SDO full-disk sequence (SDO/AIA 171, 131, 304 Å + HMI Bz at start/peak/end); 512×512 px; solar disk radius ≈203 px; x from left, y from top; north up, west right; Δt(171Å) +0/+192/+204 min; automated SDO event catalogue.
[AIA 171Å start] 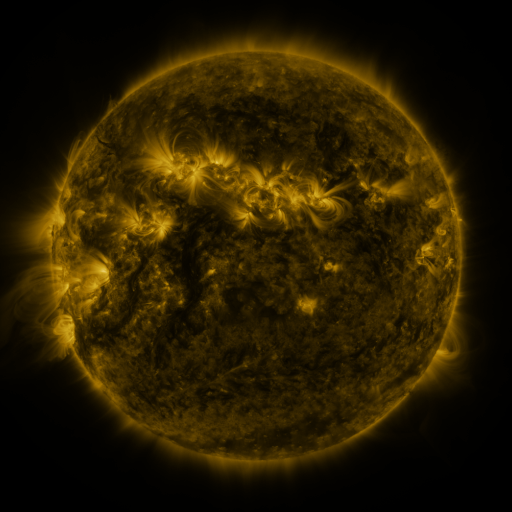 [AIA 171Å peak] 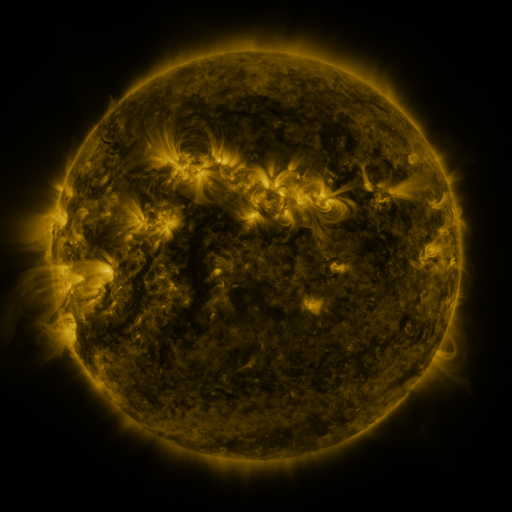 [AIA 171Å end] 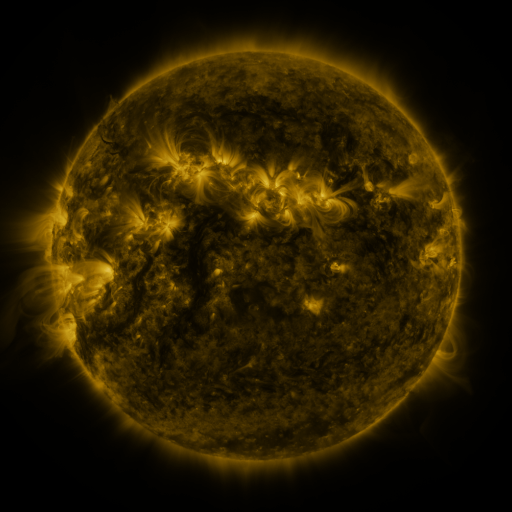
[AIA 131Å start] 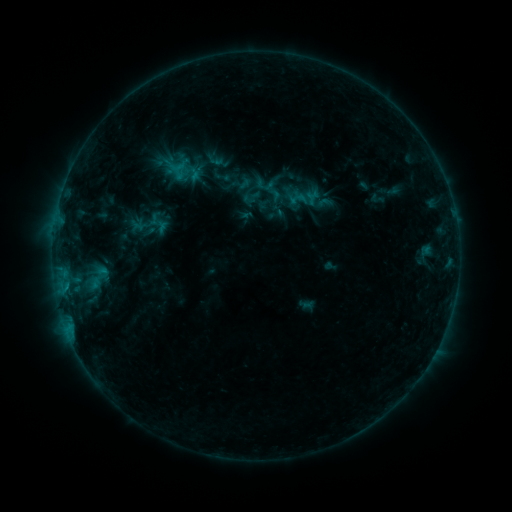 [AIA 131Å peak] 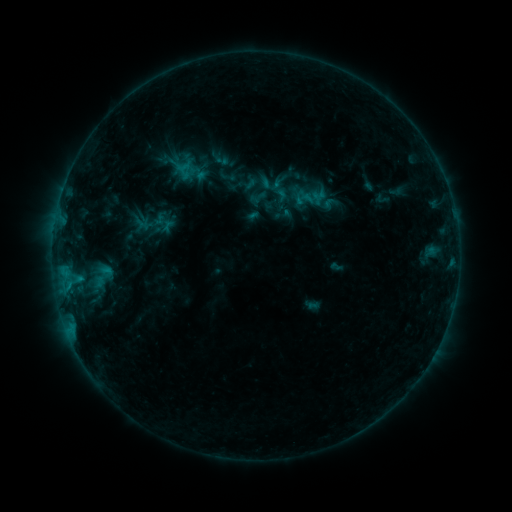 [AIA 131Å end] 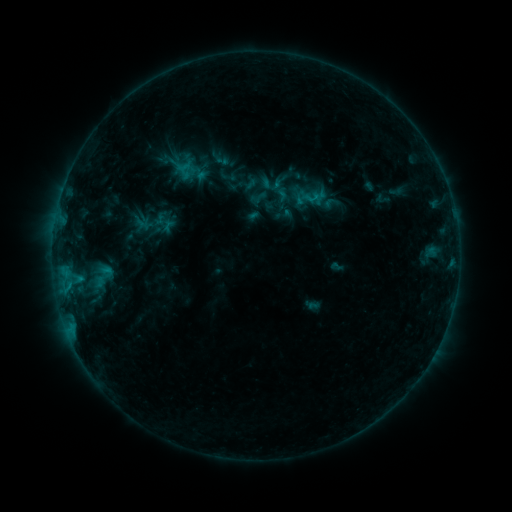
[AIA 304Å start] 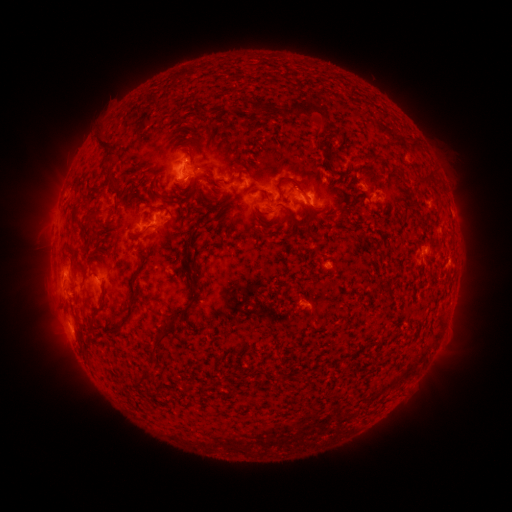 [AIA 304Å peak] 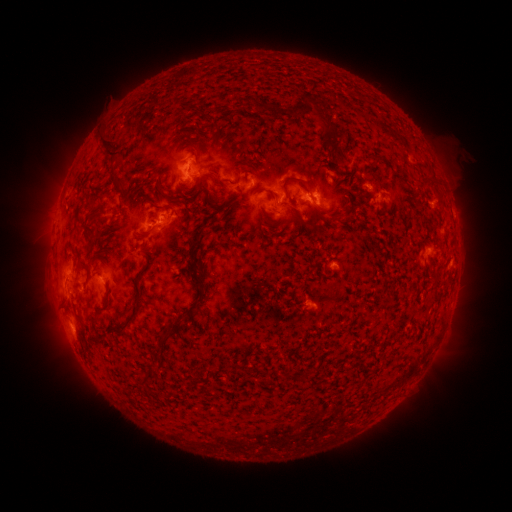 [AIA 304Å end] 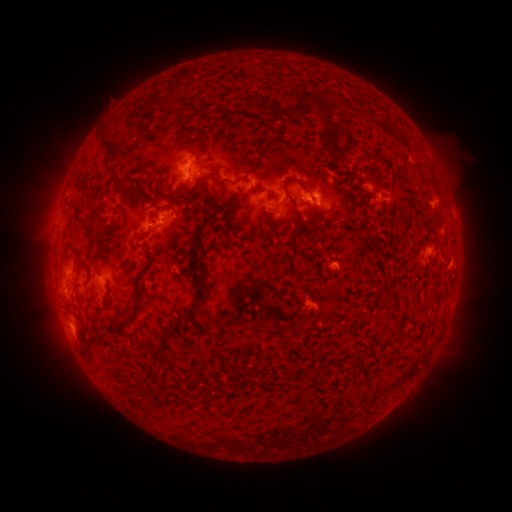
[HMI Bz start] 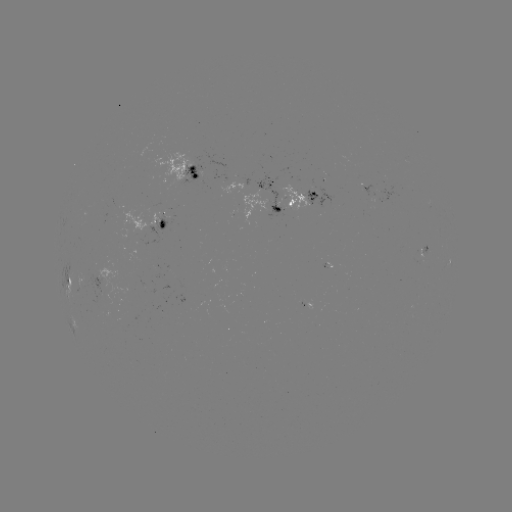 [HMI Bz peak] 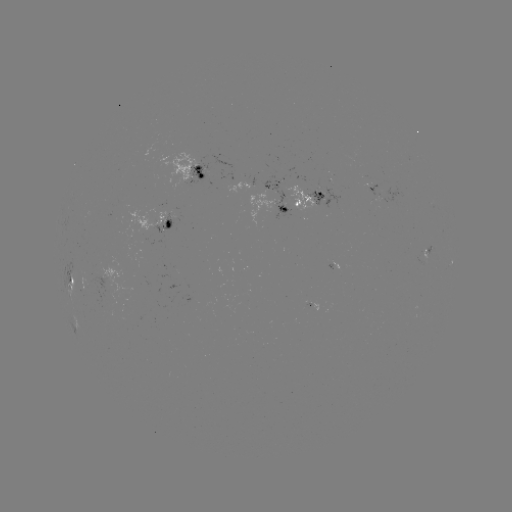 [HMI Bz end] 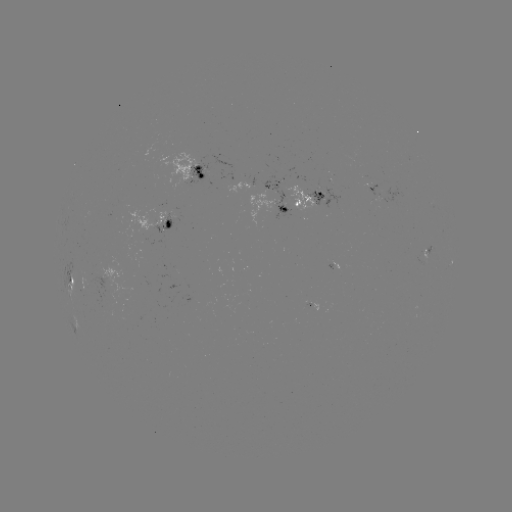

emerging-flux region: <bbox>282, 185, 316, 213</bbox>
